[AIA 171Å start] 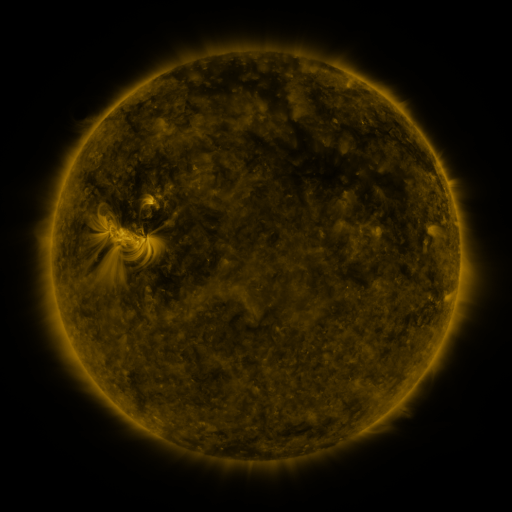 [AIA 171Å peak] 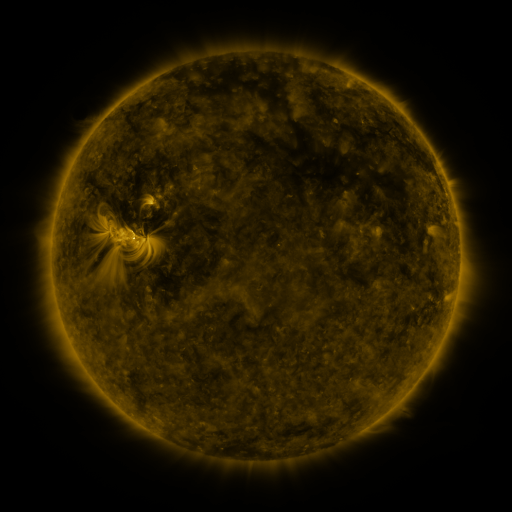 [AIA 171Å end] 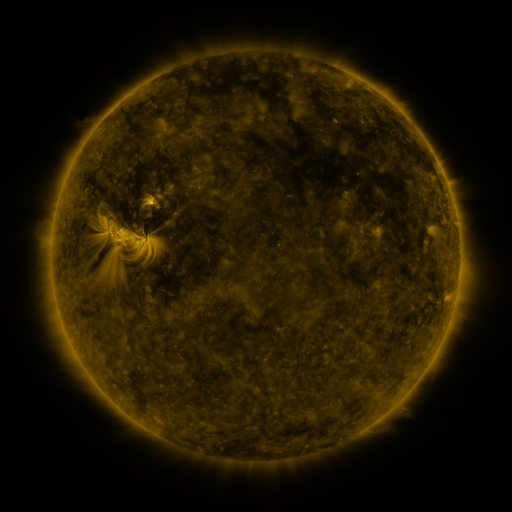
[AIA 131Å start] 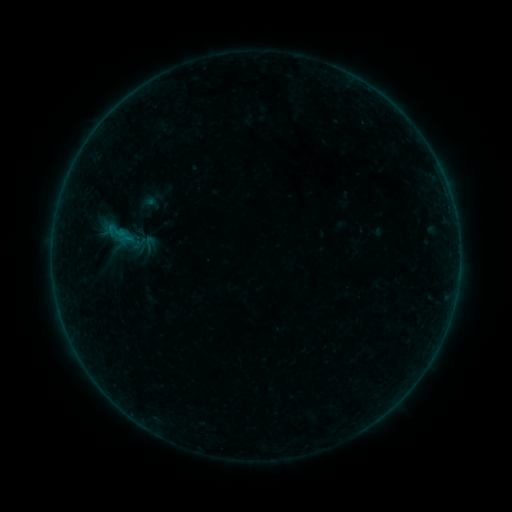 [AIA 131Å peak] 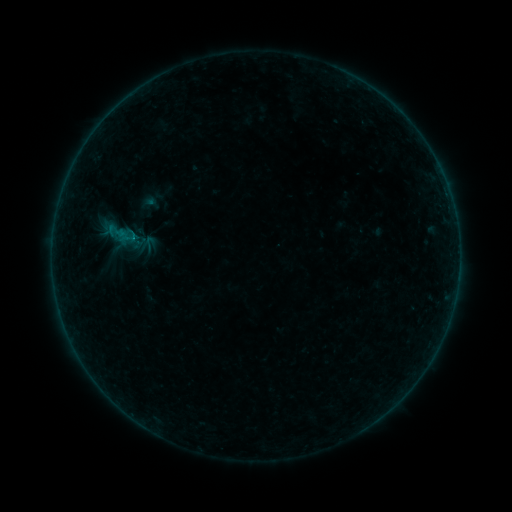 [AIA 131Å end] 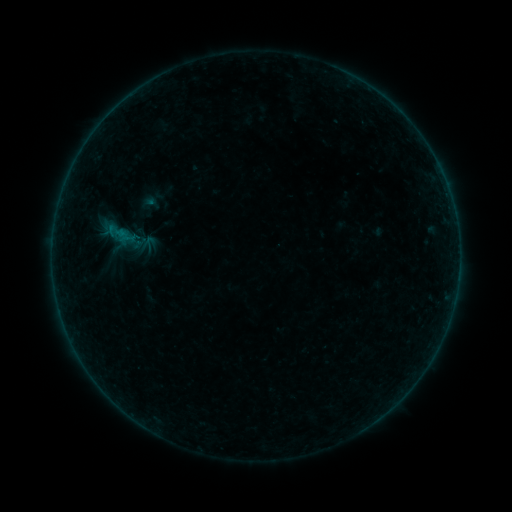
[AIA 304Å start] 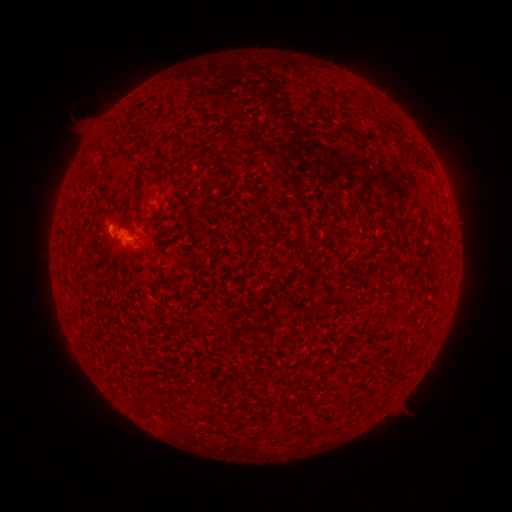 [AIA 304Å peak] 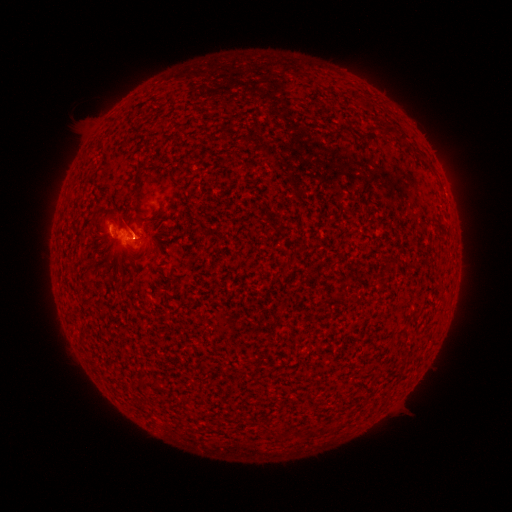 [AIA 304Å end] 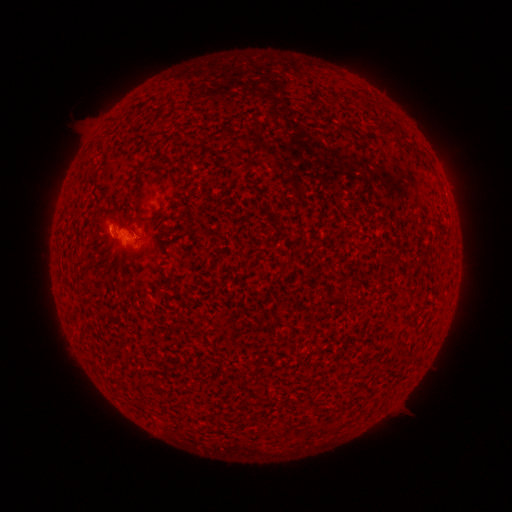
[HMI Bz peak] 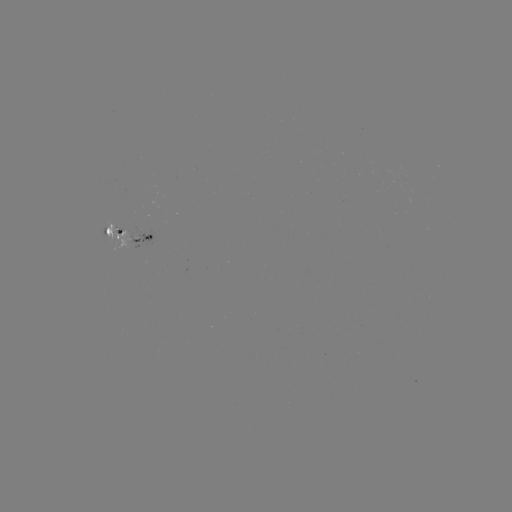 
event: flare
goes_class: B1.2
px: (135, 239)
